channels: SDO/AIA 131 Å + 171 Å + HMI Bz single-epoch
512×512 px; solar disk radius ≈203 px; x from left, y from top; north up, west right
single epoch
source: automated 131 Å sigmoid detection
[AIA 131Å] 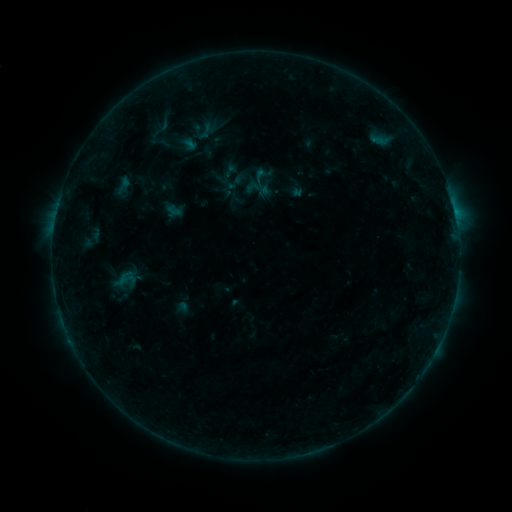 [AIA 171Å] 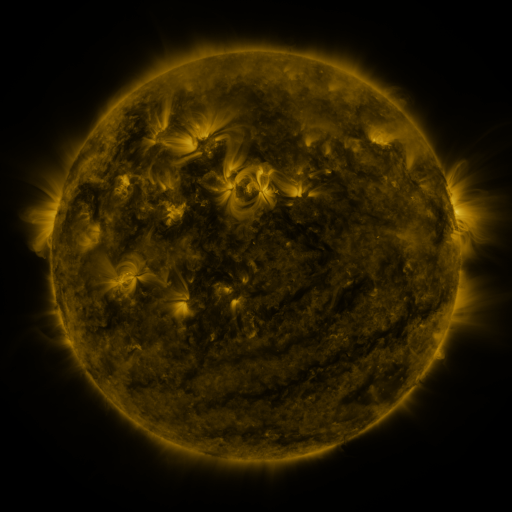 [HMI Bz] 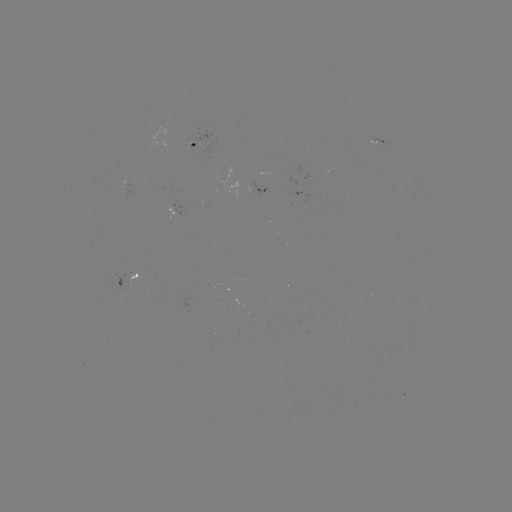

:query sigmoid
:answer (125, 279)